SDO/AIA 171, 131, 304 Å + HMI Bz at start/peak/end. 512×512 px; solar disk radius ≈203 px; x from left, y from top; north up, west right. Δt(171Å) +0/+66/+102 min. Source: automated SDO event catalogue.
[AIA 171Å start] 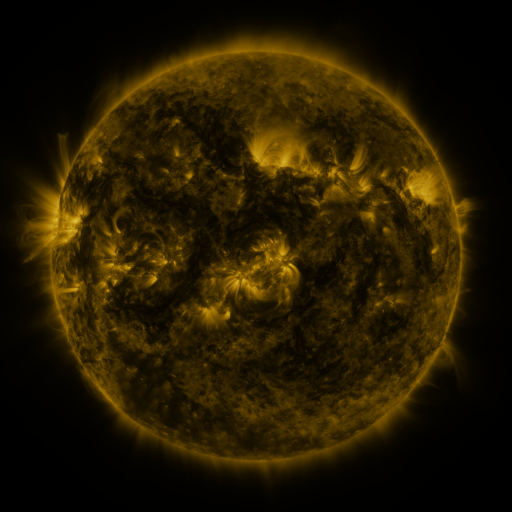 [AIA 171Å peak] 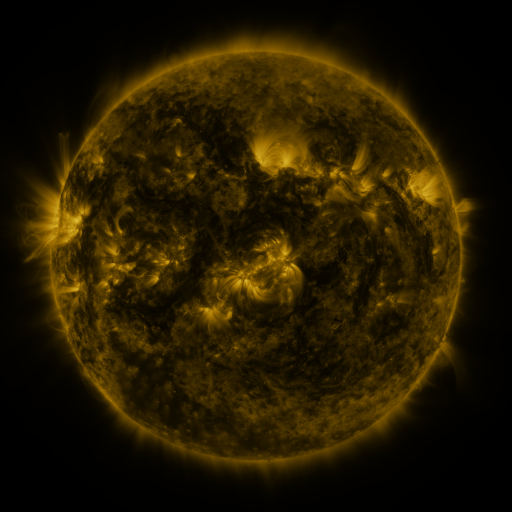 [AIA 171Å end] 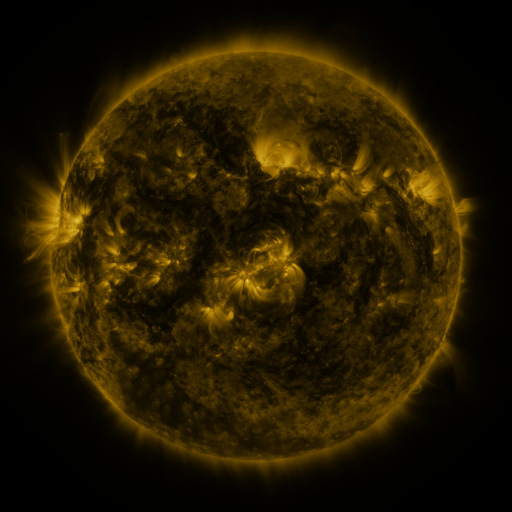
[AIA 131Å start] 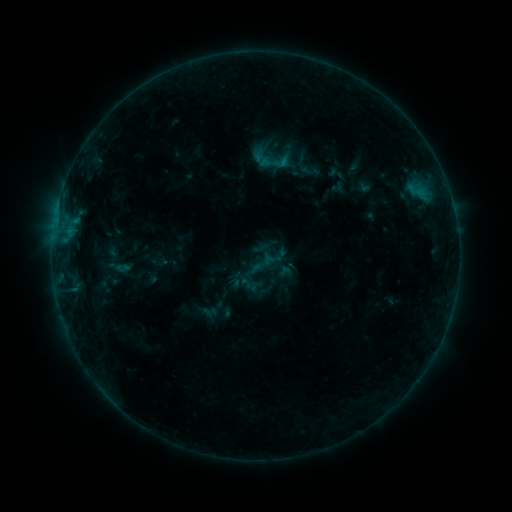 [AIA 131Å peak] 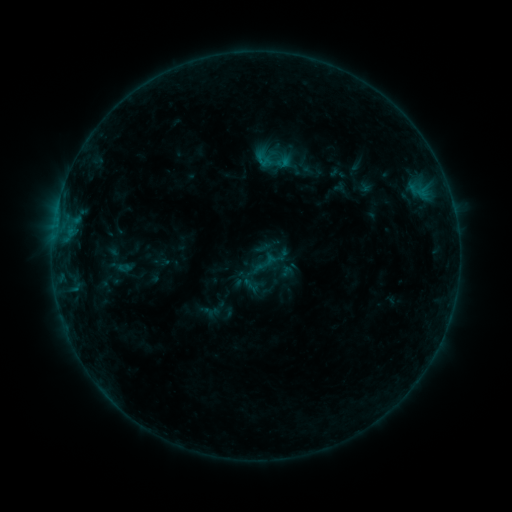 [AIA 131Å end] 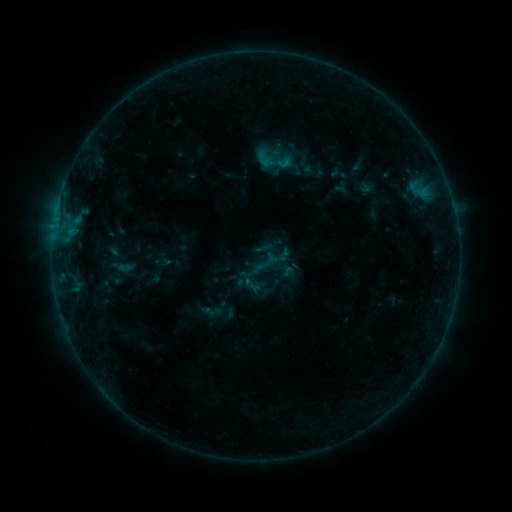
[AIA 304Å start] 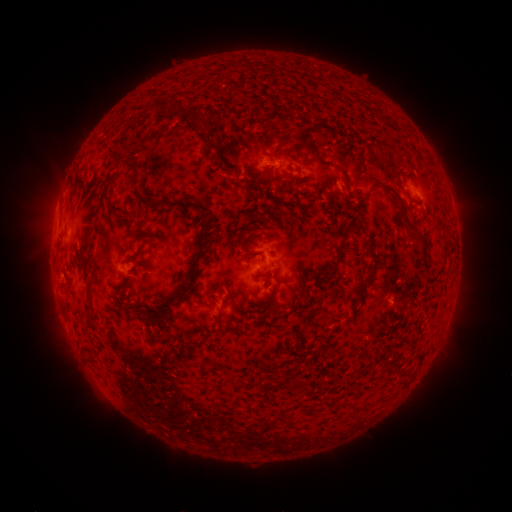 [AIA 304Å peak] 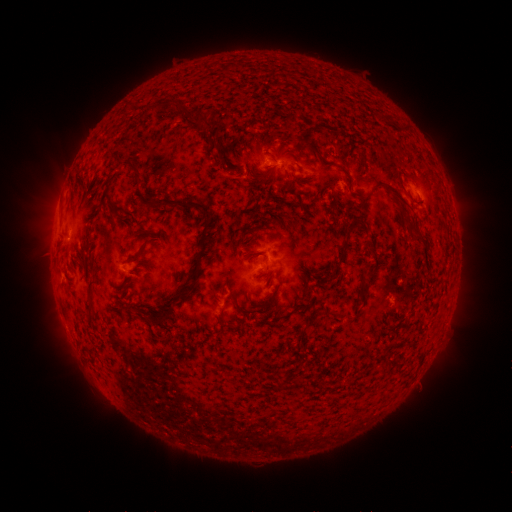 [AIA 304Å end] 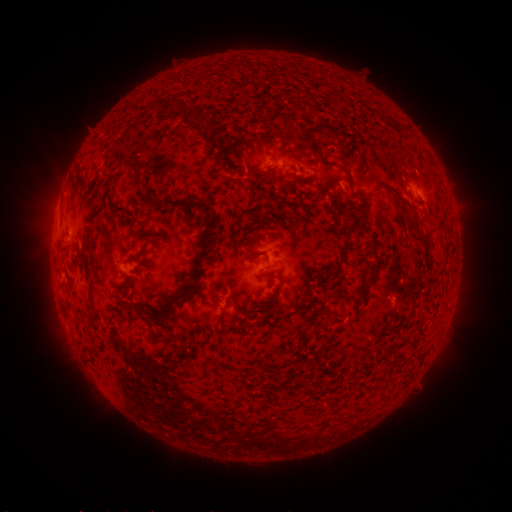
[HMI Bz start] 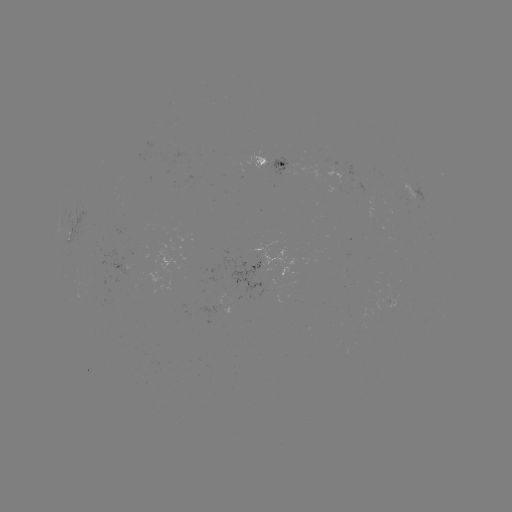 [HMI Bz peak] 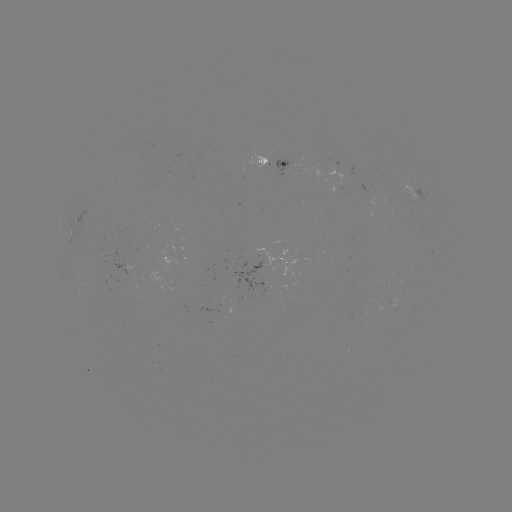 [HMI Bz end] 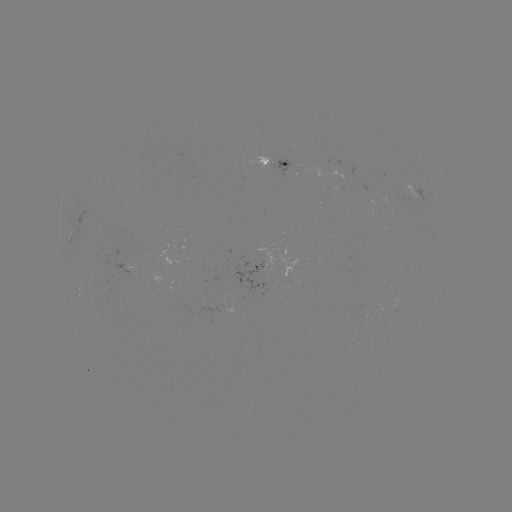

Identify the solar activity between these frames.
emerging-flux region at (393, 299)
